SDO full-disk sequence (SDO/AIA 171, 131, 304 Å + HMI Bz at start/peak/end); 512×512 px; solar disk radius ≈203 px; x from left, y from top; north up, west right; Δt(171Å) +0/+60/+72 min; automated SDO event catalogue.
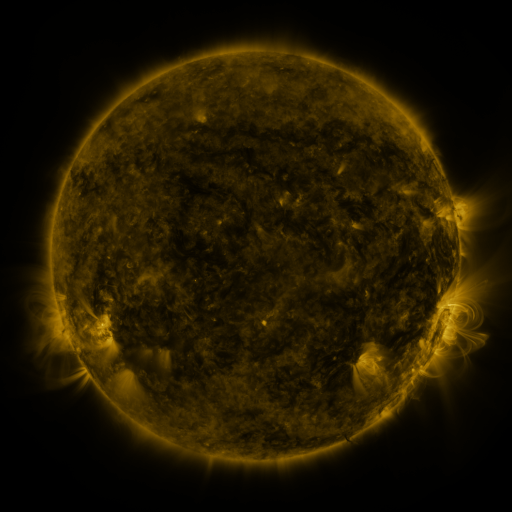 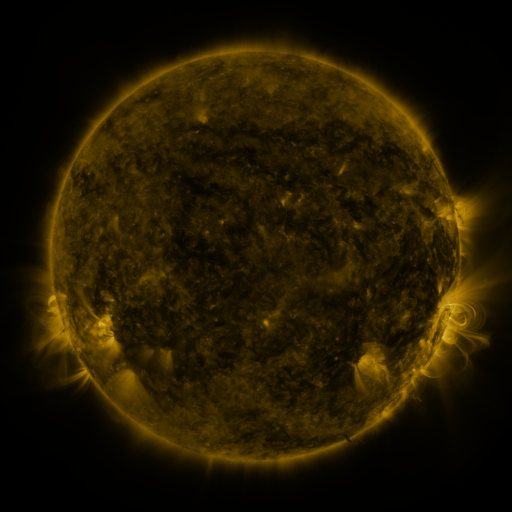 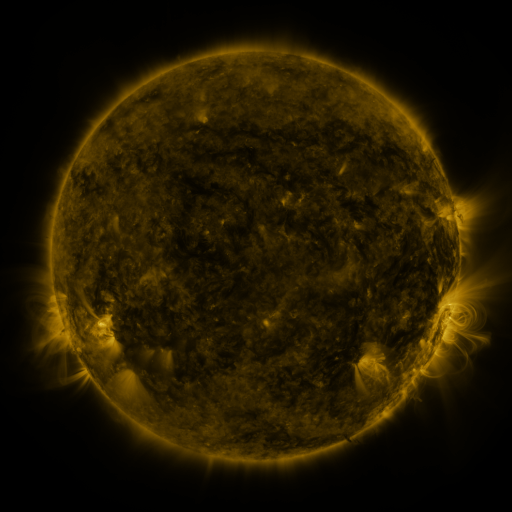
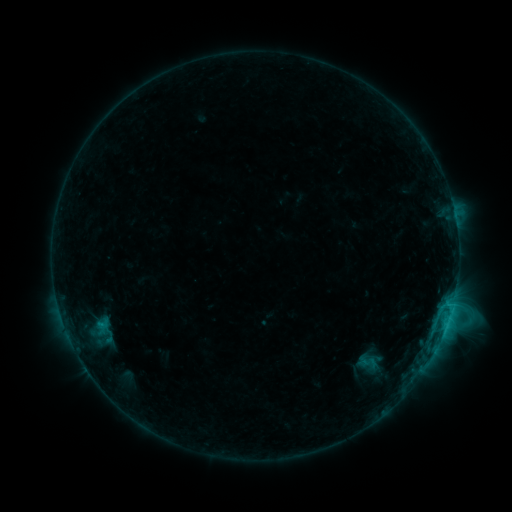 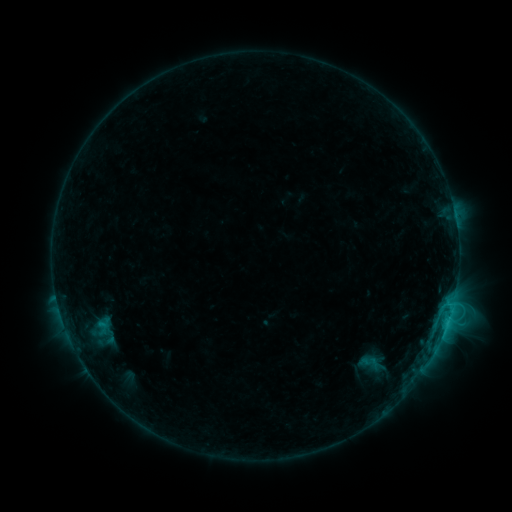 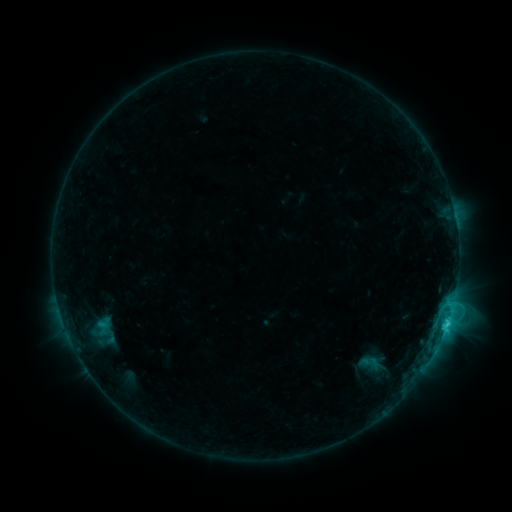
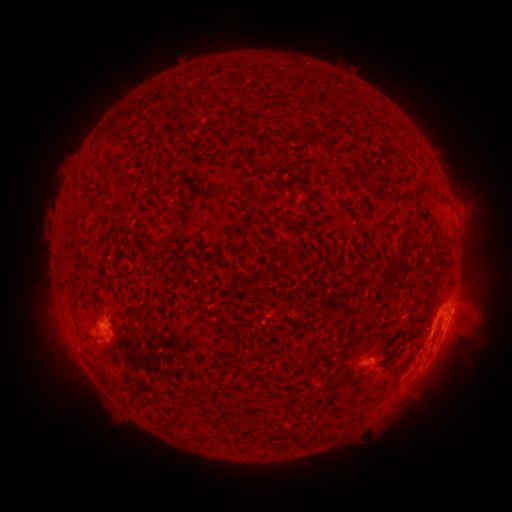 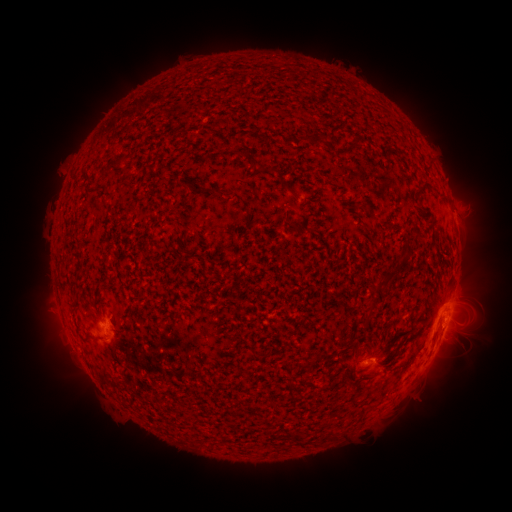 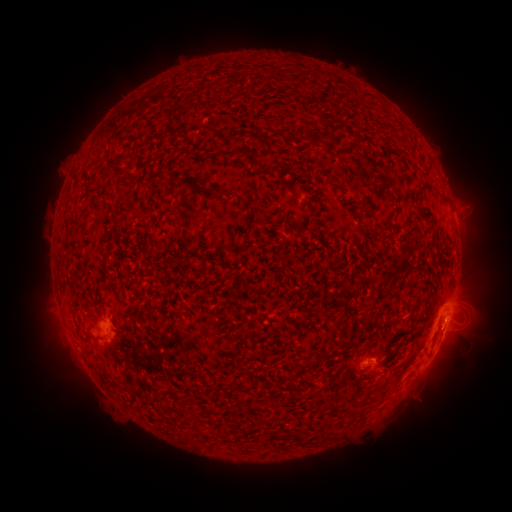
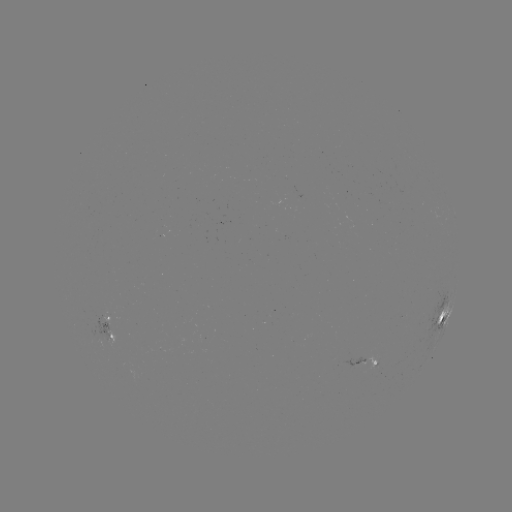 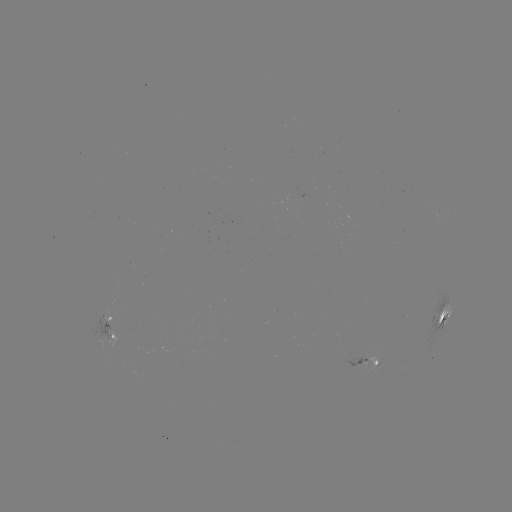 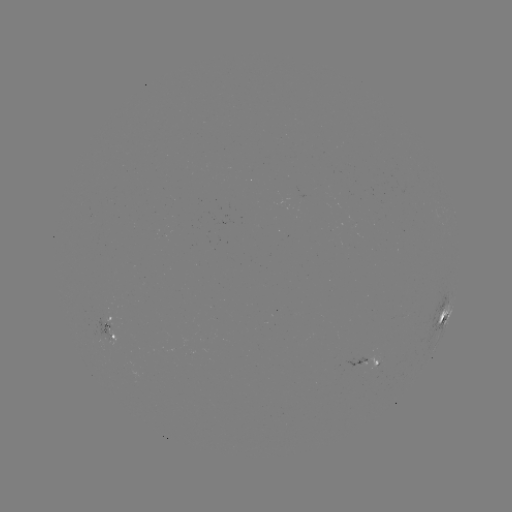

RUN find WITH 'emerging-flux region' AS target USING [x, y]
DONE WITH [357, 363] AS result